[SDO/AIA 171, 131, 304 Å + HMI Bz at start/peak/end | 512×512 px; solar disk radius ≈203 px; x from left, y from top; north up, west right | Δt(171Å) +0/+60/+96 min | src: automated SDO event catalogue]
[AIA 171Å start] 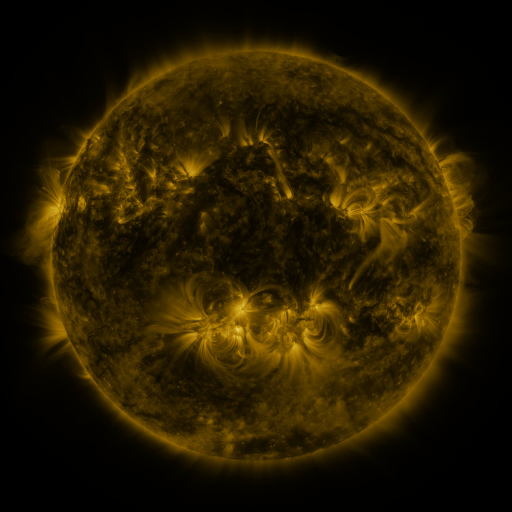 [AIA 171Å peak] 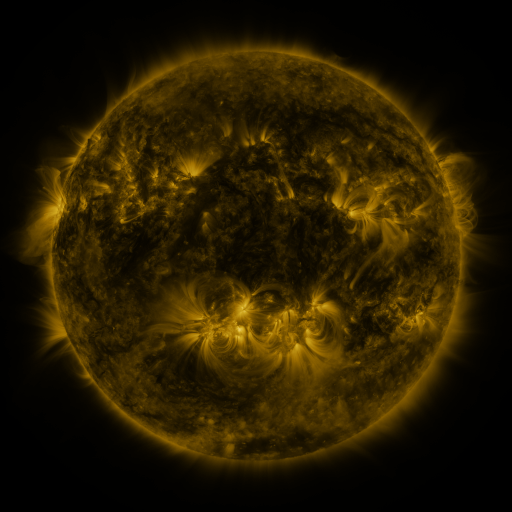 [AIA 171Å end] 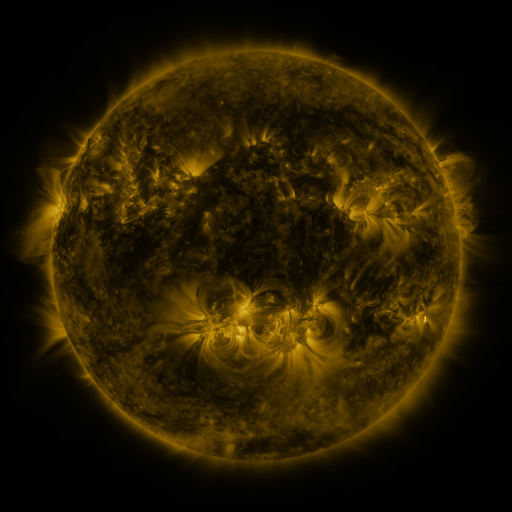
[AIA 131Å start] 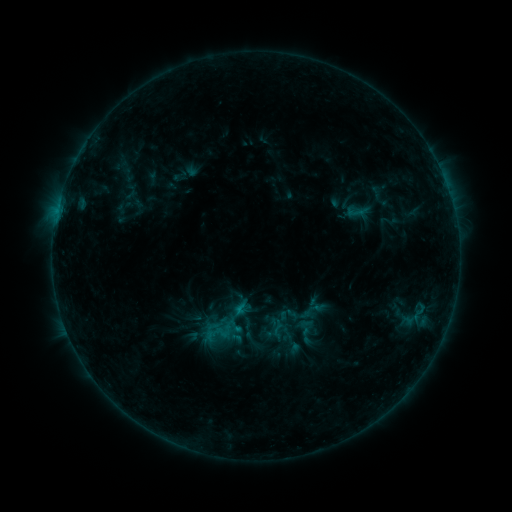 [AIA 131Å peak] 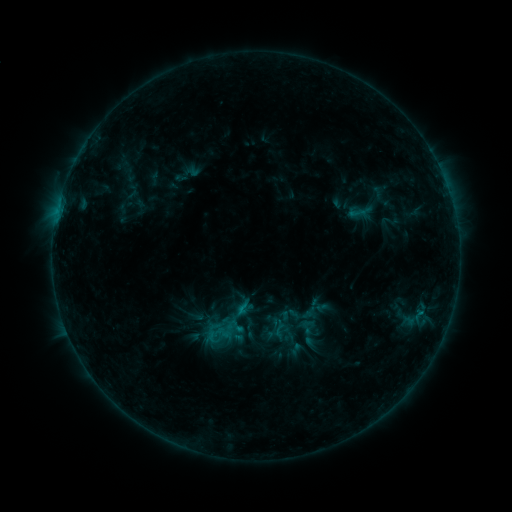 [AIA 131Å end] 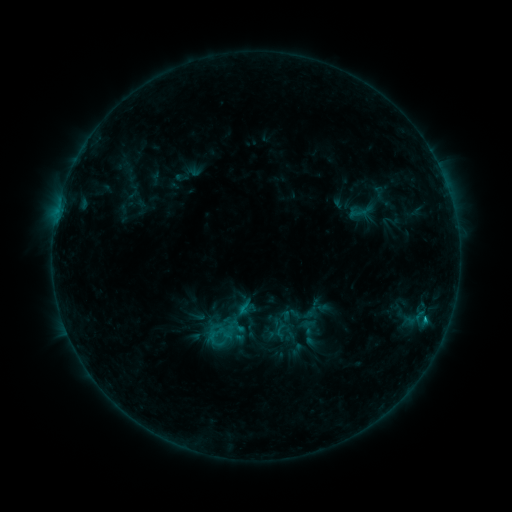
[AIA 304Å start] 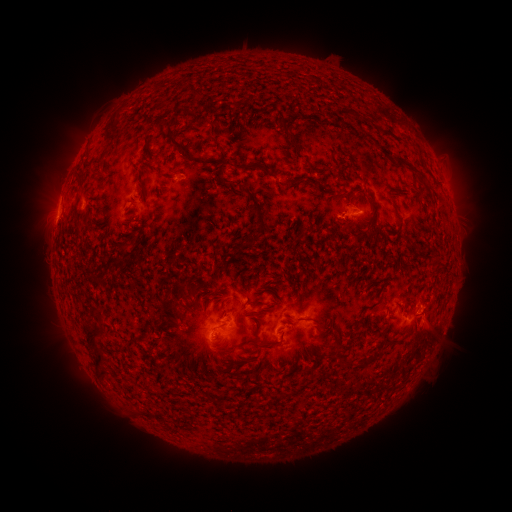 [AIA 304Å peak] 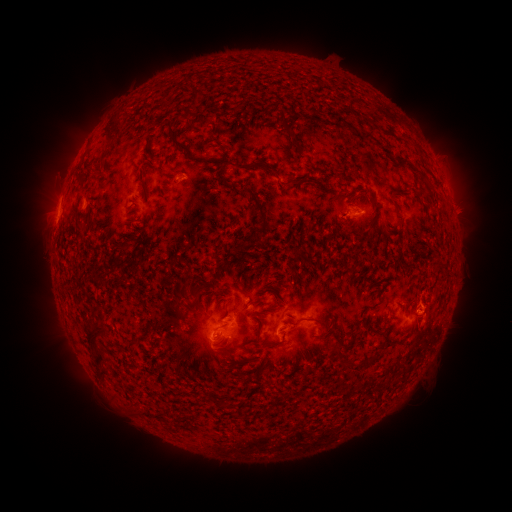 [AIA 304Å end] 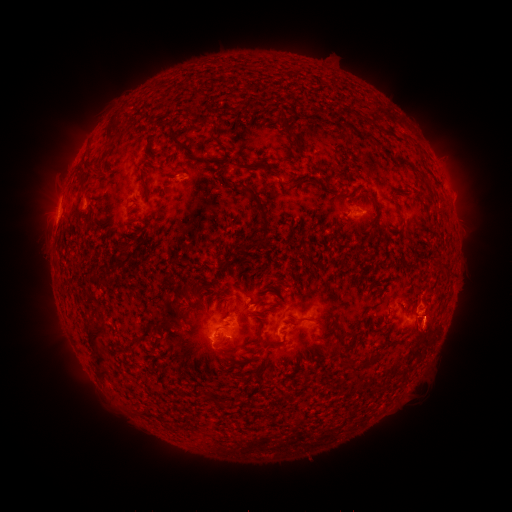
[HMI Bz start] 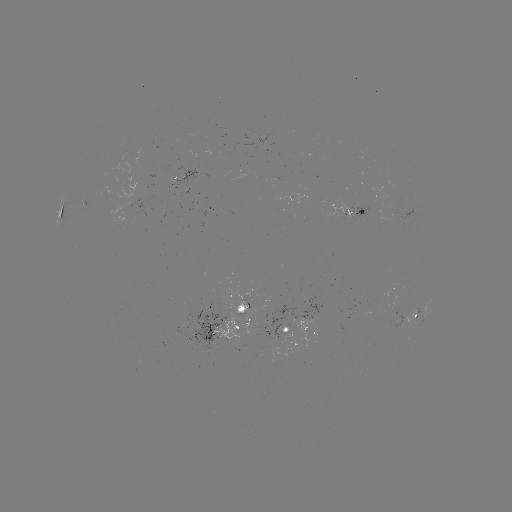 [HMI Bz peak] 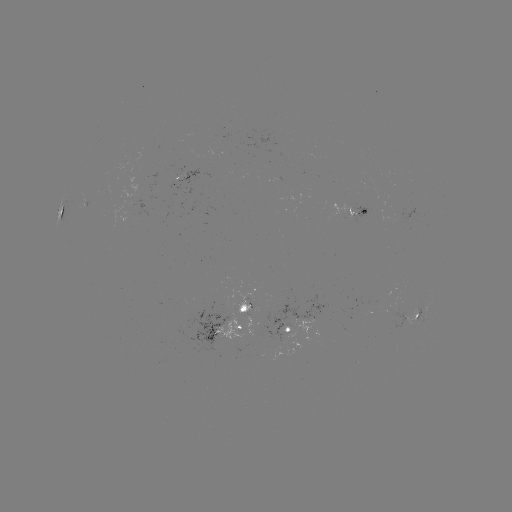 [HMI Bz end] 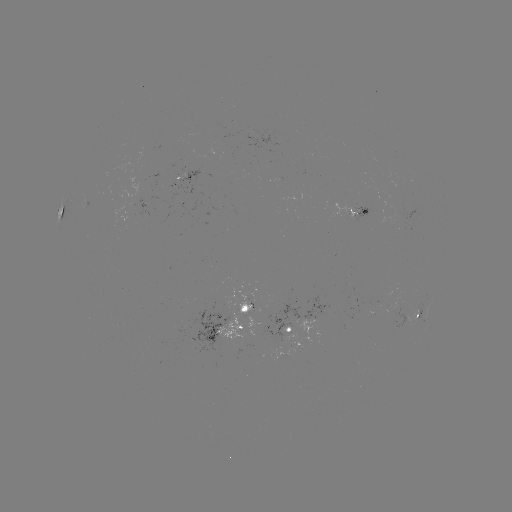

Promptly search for emerging-flux region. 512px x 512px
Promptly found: [293, 346].